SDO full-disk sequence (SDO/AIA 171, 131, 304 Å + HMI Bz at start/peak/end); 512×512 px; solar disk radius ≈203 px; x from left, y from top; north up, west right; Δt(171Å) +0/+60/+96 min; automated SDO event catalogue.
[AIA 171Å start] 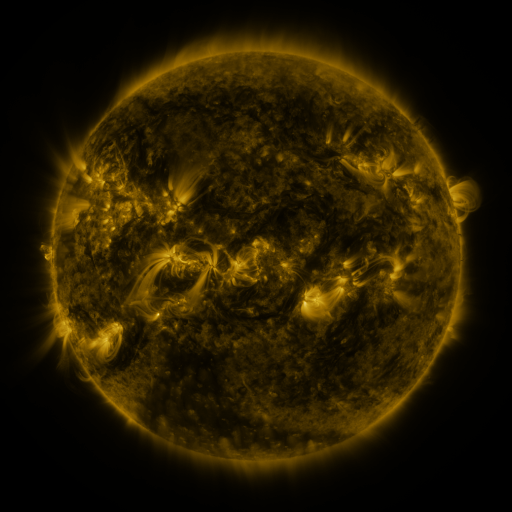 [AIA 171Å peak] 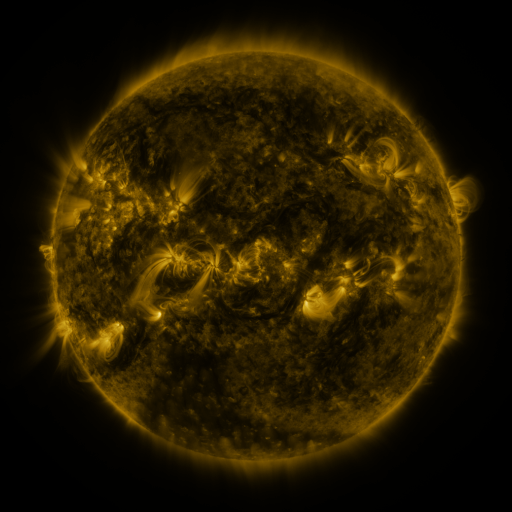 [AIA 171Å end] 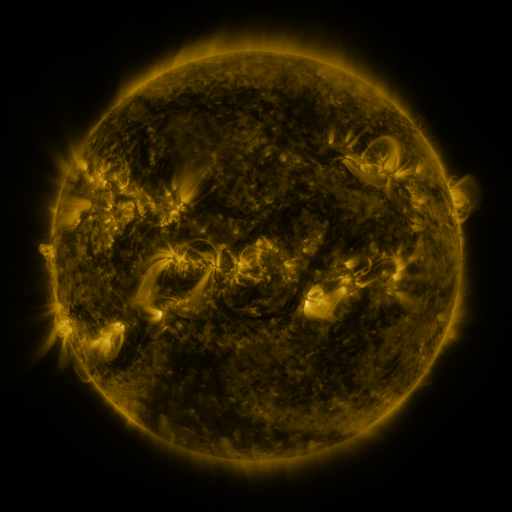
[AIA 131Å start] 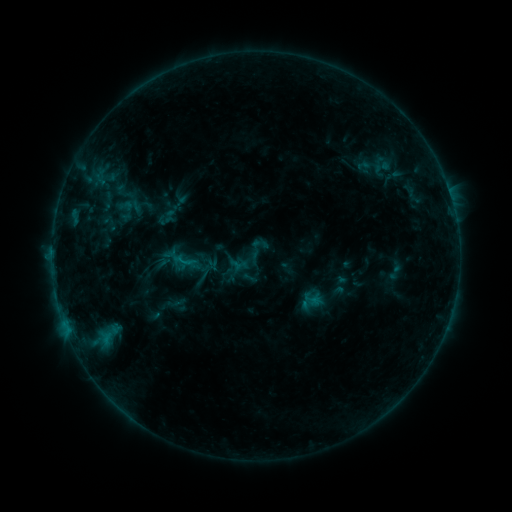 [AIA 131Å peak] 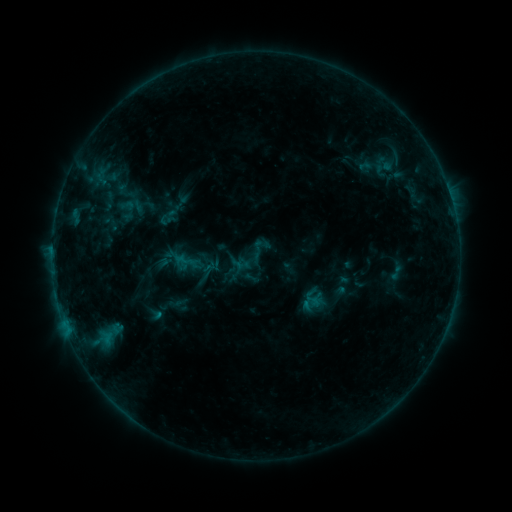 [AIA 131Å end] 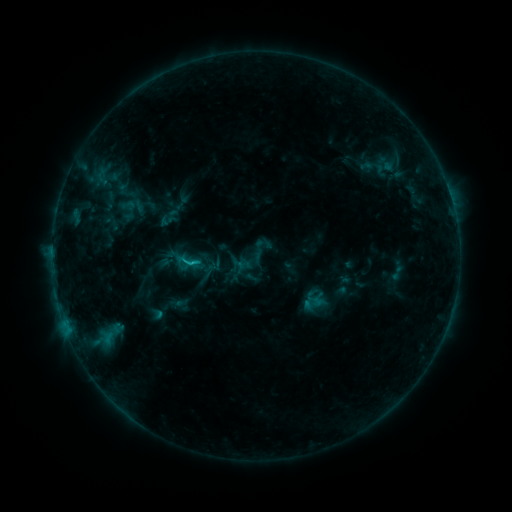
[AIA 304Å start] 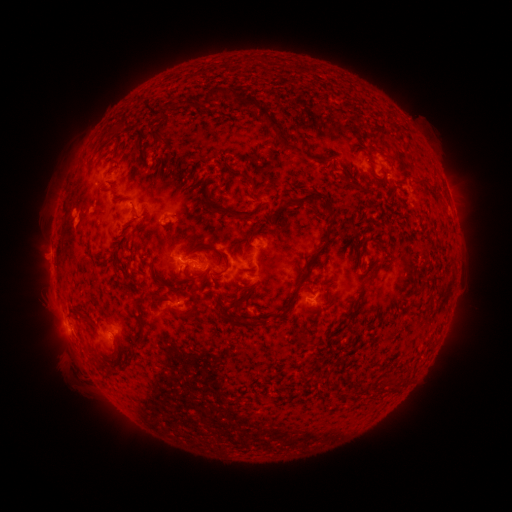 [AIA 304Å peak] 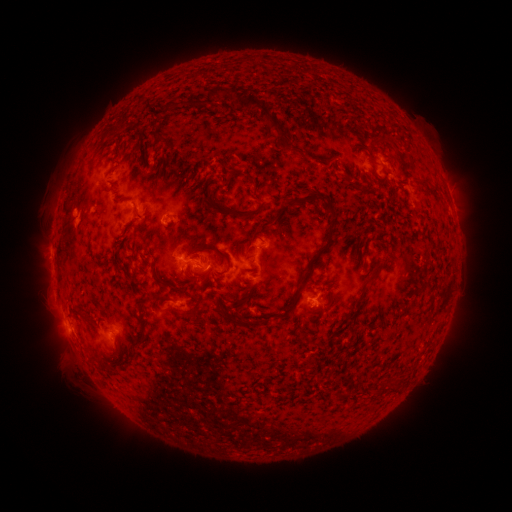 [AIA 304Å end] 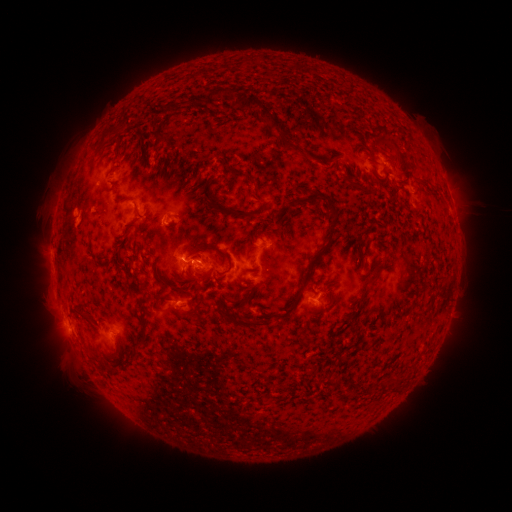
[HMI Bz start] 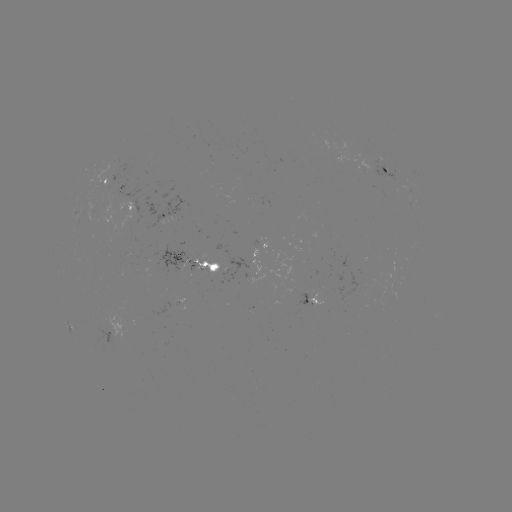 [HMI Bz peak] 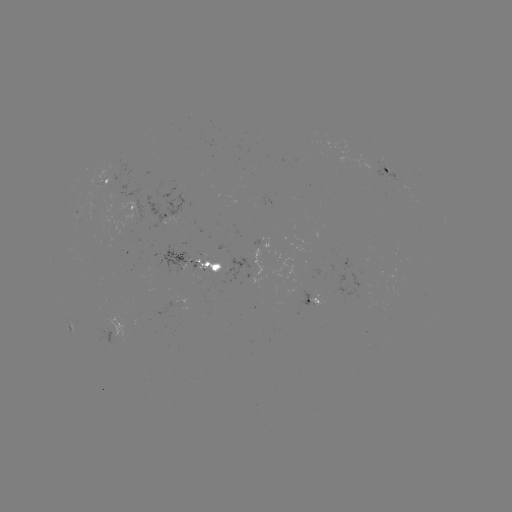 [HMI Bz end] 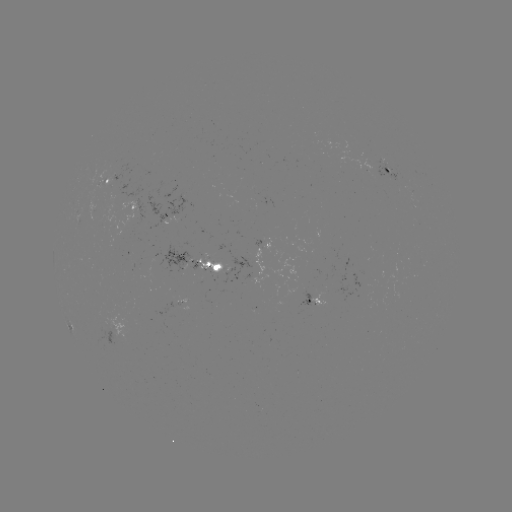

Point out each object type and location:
emerging-flux region: (133, 210)
